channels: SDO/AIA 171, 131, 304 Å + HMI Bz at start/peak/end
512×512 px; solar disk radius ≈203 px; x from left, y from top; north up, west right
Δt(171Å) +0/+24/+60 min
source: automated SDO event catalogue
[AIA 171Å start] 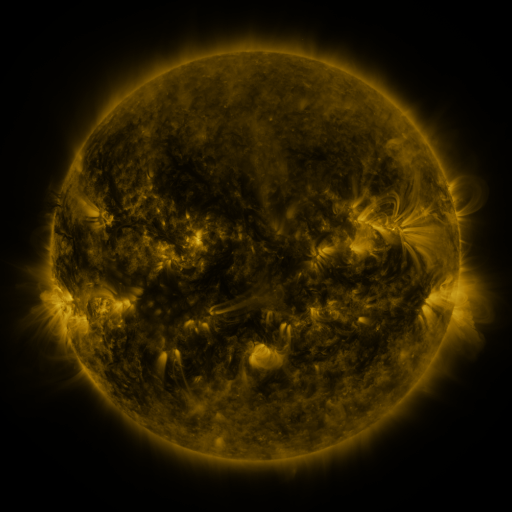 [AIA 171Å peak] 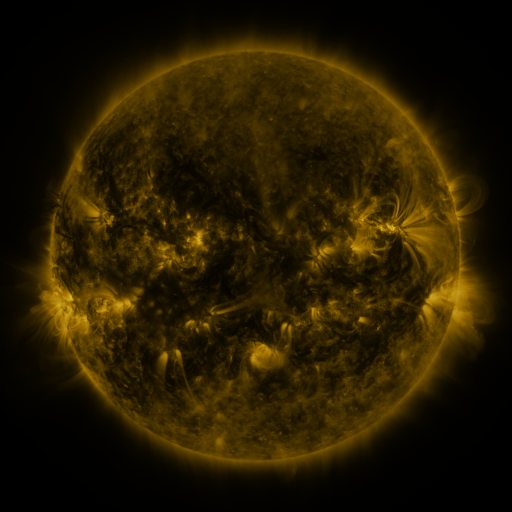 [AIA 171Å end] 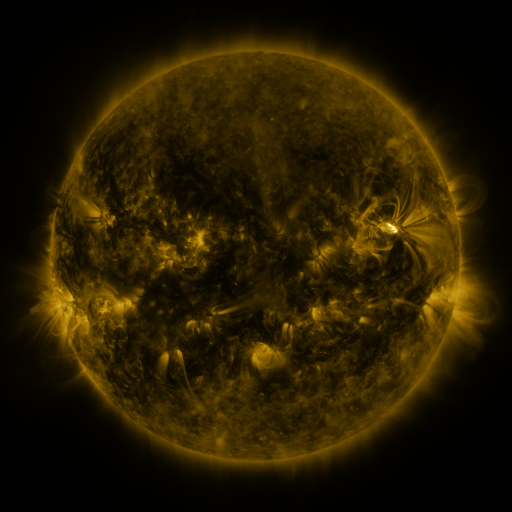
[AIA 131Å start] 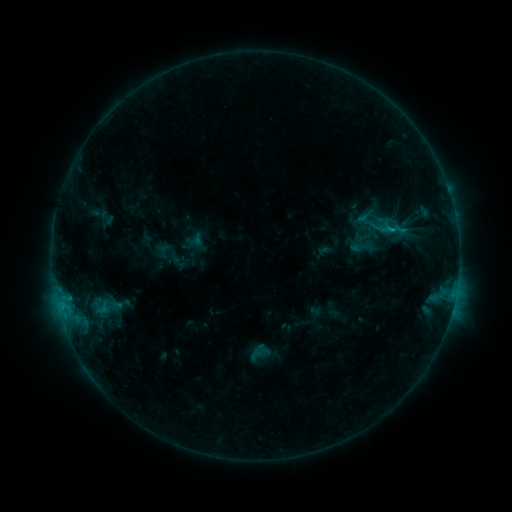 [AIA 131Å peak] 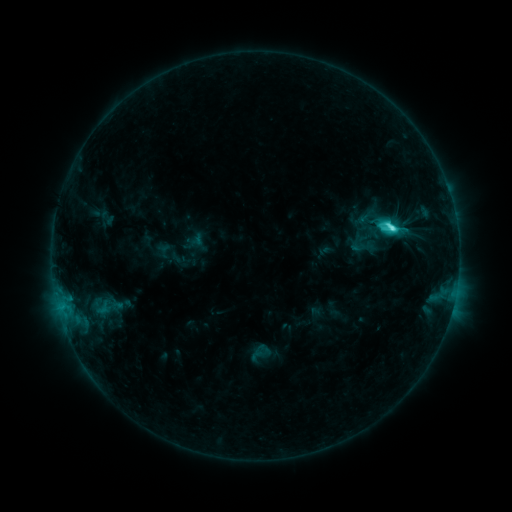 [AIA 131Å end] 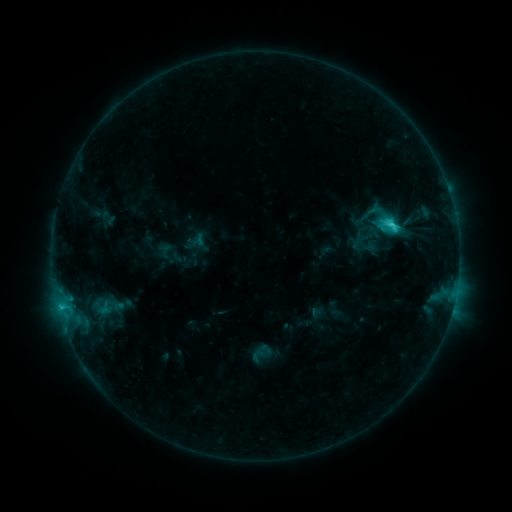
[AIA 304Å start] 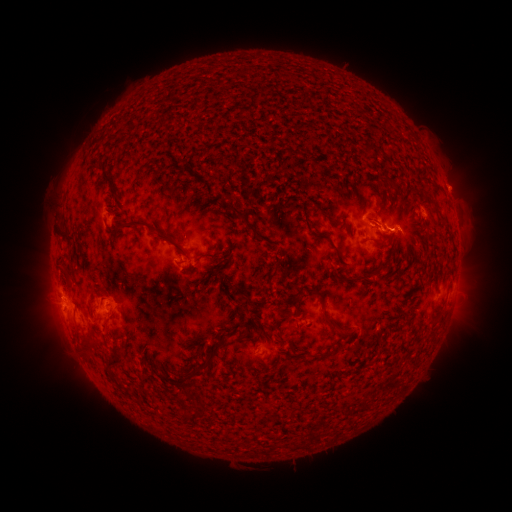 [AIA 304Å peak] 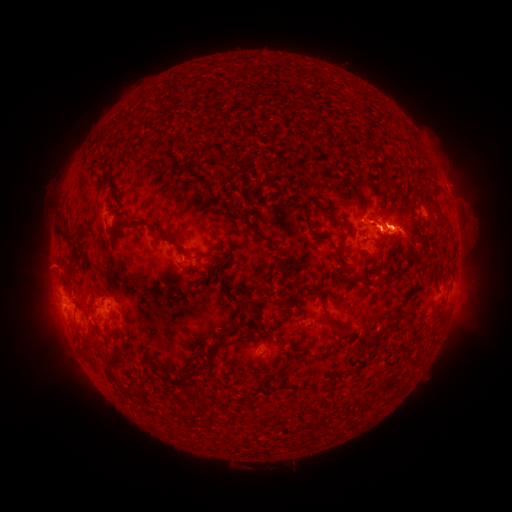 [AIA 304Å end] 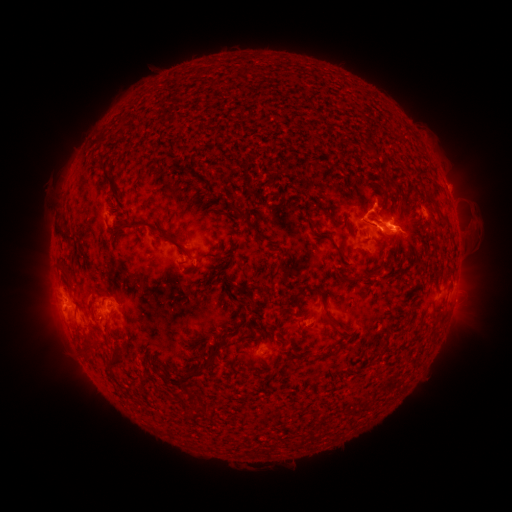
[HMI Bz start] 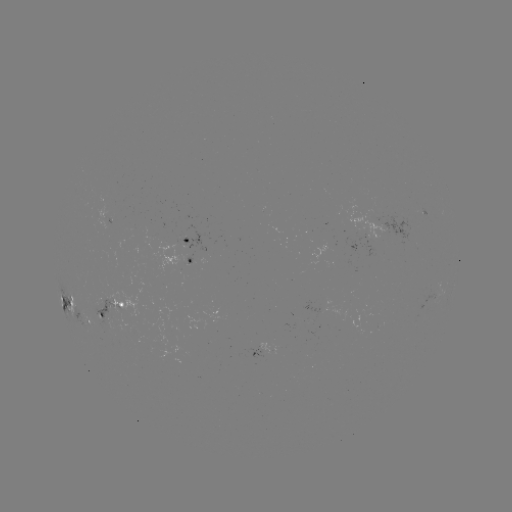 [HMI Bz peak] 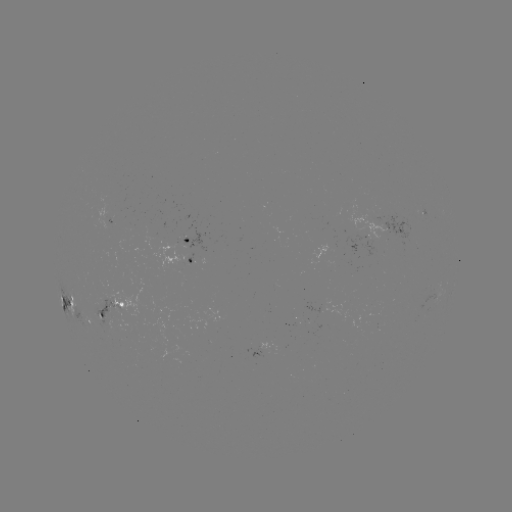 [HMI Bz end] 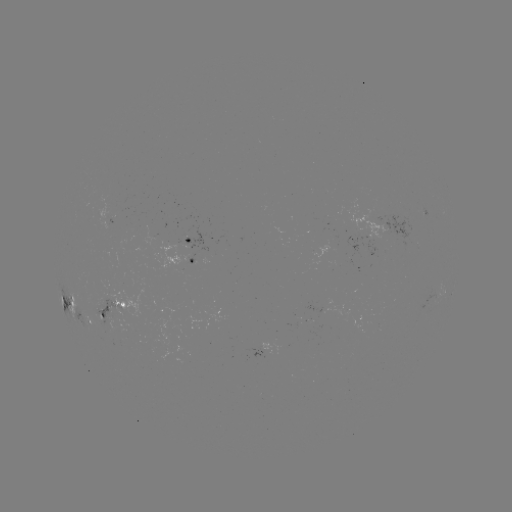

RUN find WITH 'C5.2 flare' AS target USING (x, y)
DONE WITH (391, 228) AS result